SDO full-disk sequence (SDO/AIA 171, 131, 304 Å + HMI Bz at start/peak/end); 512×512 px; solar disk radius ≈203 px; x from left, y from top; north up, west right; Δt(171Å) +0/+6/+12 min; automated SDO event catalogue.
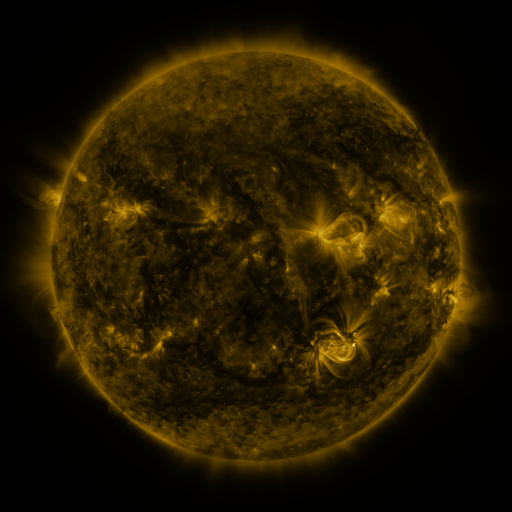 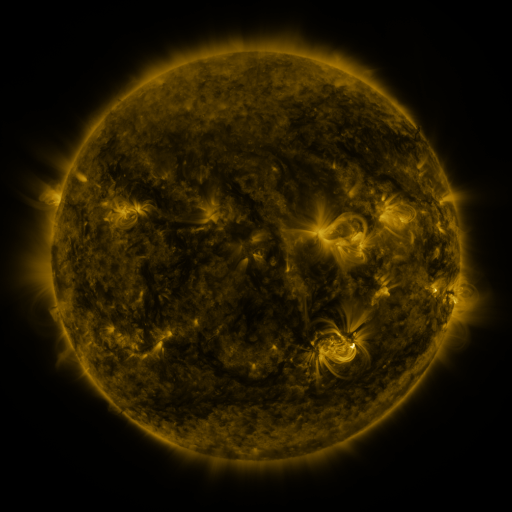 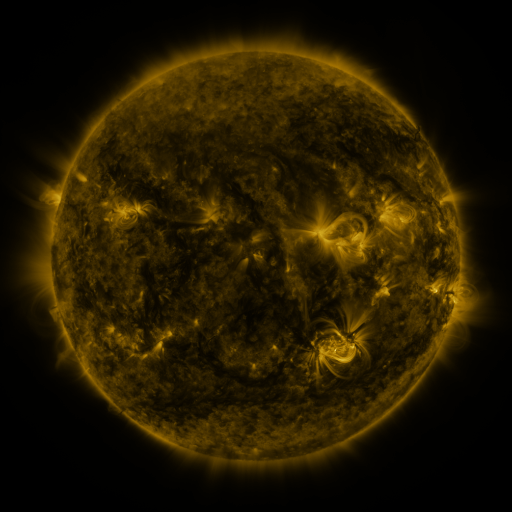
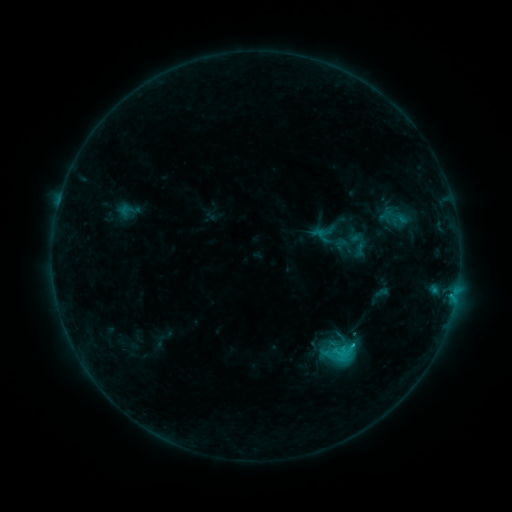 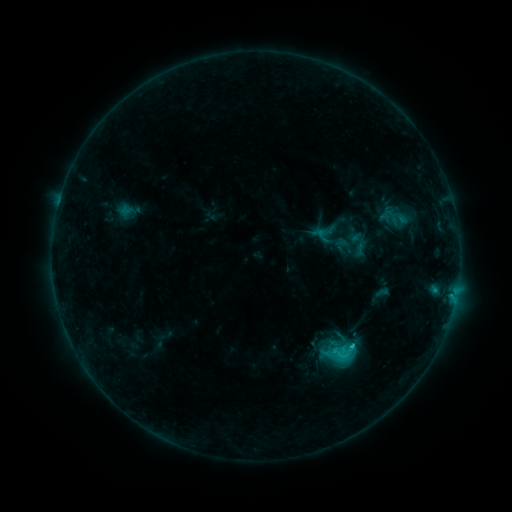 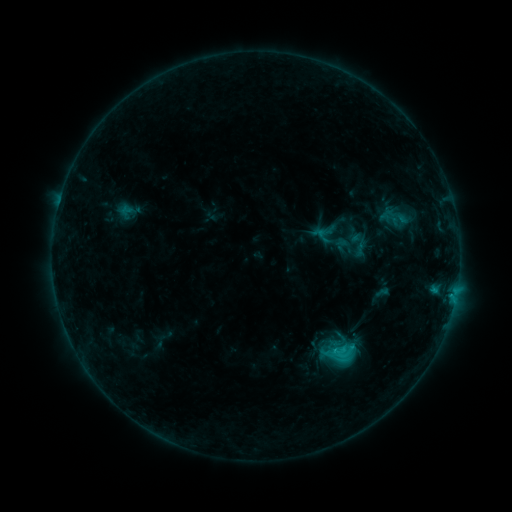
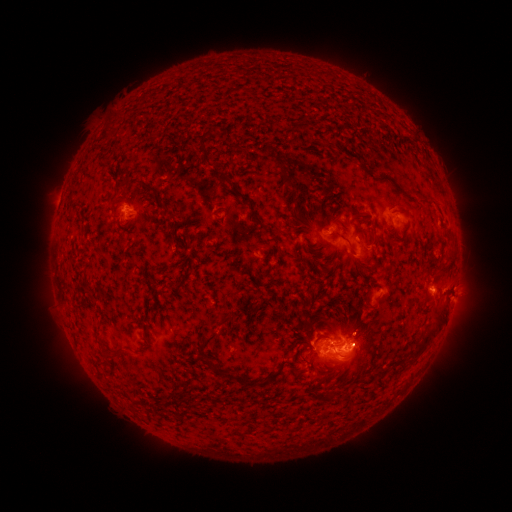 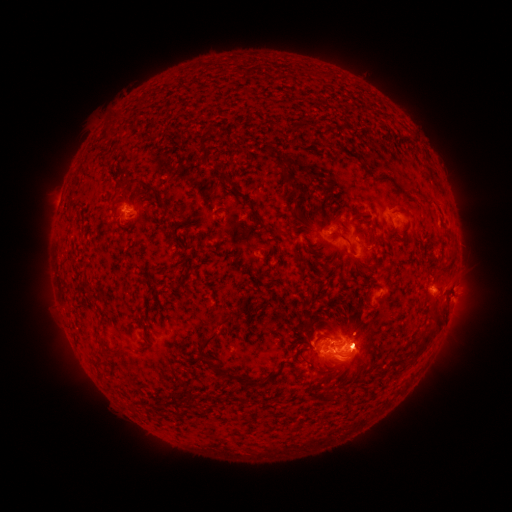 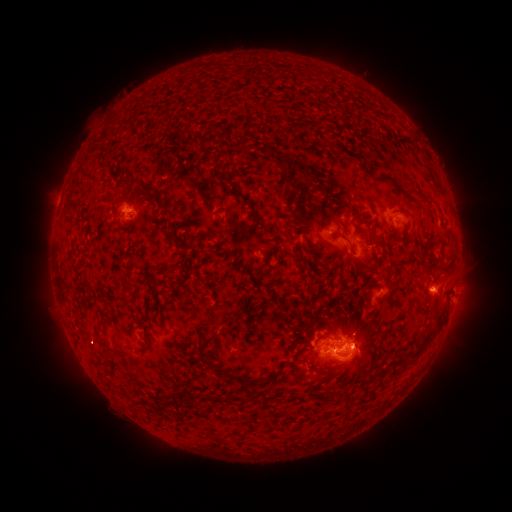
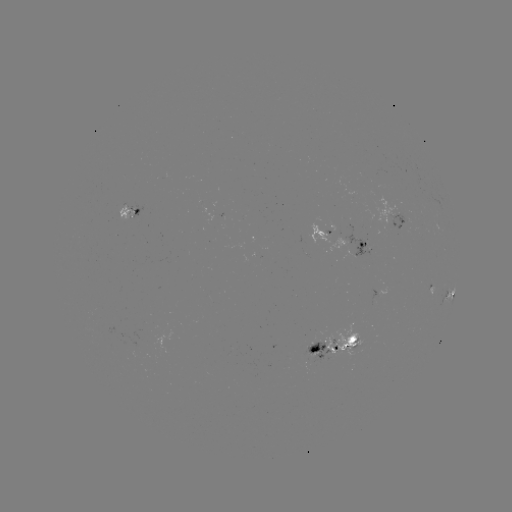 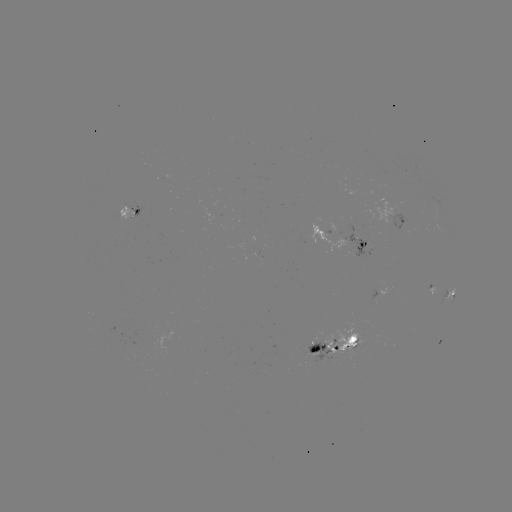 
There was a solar eruption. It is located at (362, 348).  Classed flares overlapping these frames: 1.